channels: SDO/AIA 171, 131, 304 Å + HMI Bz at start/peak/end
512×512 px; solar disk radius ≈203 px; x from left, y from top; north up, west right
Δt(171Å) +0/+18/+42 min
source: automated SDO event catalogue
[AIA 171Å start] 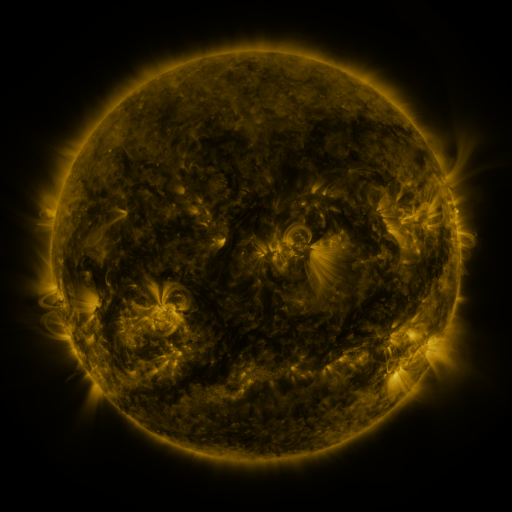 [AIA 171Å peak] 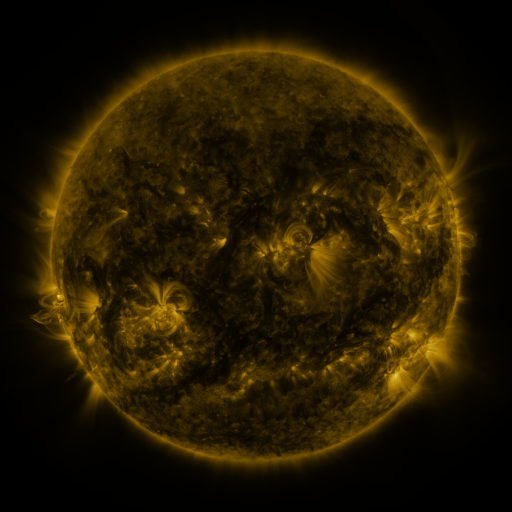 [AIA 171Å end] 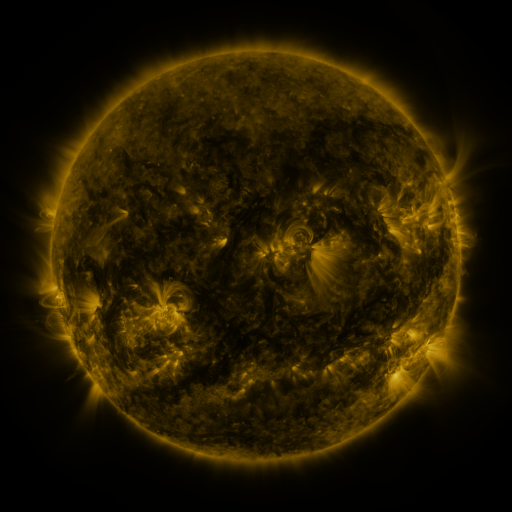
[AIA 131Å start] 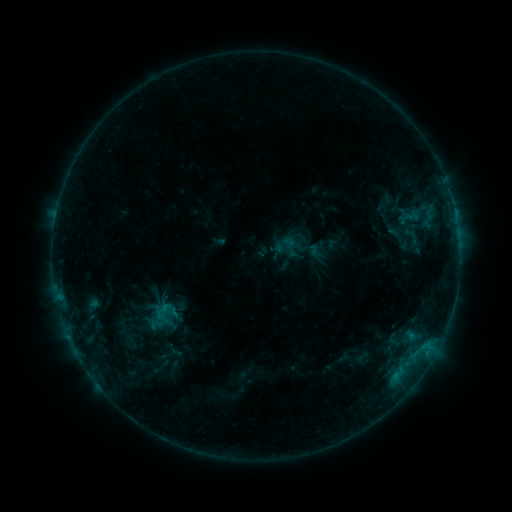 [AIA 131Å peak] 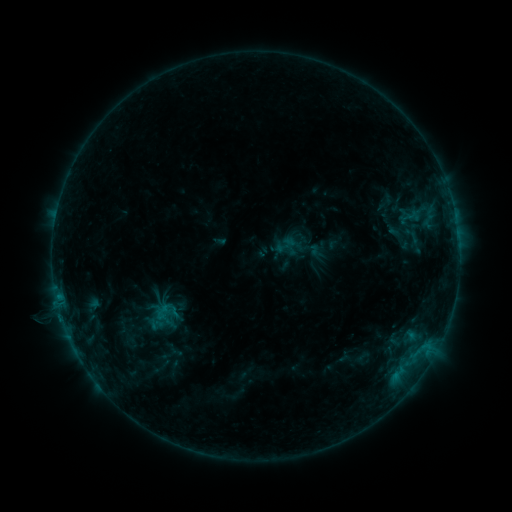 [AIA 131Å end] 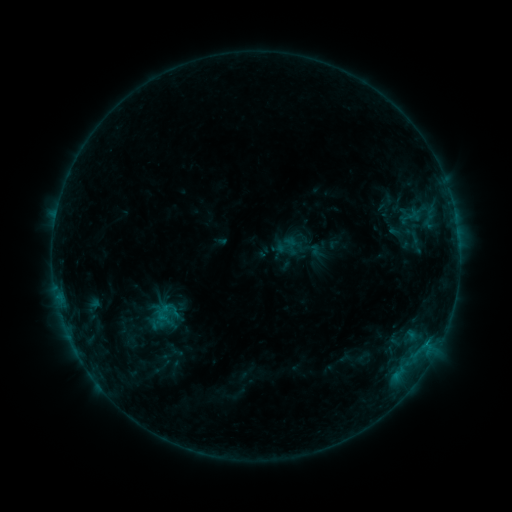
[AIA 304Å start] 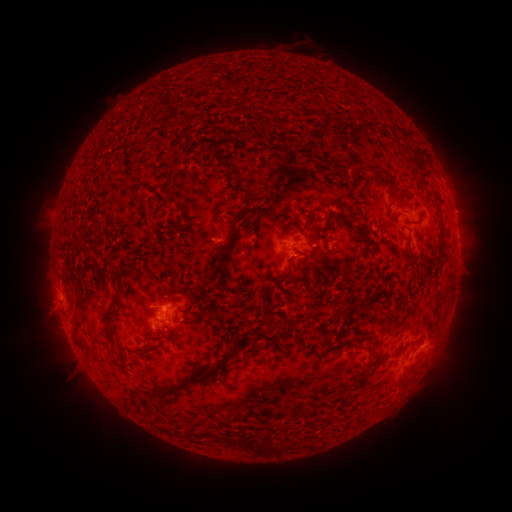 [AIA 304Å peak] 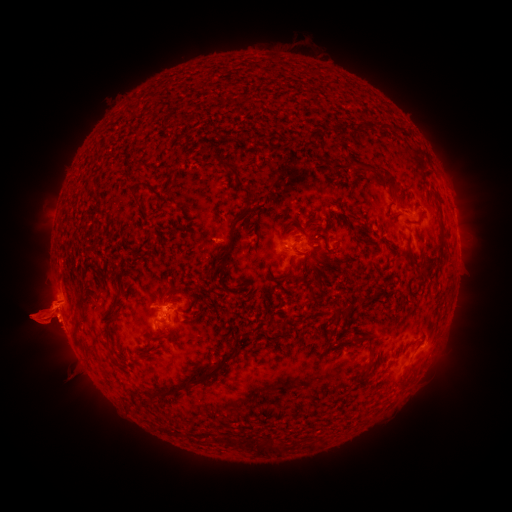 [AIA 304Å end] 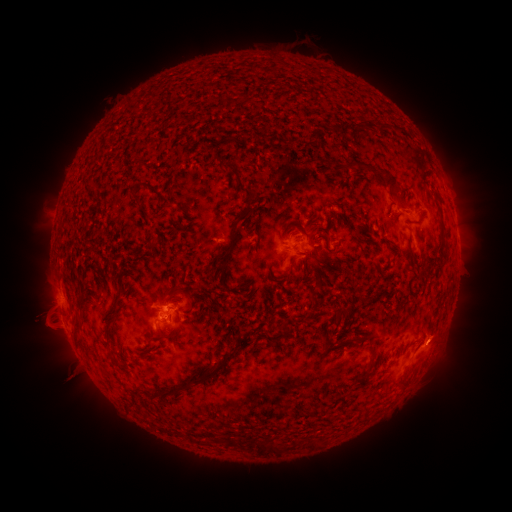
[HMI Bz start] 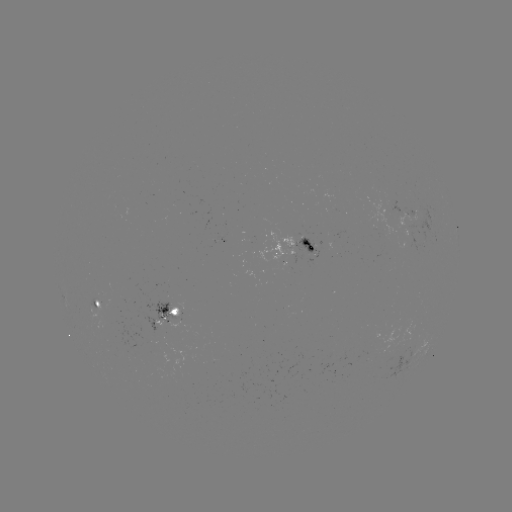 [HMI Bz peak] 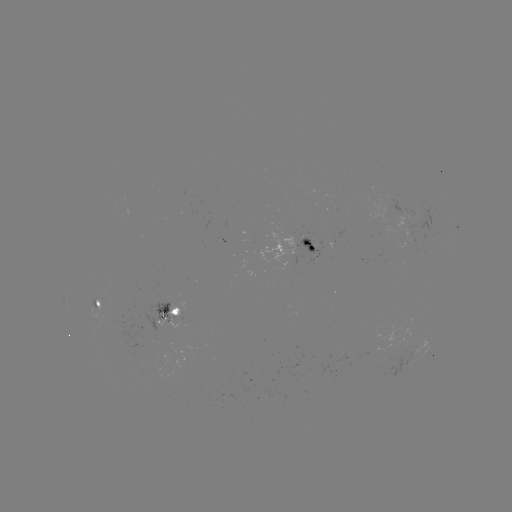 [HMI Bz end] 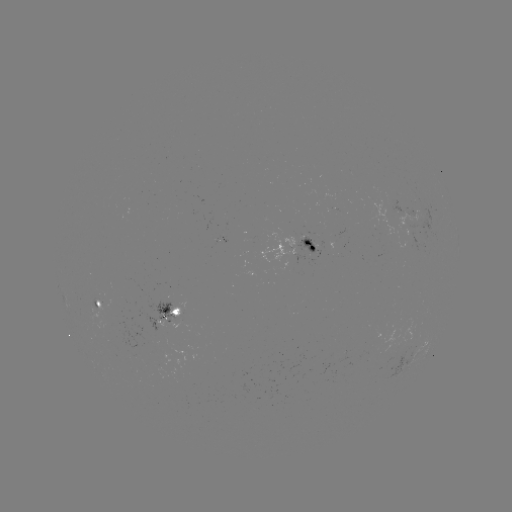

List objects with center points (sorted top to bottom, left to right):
eruption: (46, 318)
